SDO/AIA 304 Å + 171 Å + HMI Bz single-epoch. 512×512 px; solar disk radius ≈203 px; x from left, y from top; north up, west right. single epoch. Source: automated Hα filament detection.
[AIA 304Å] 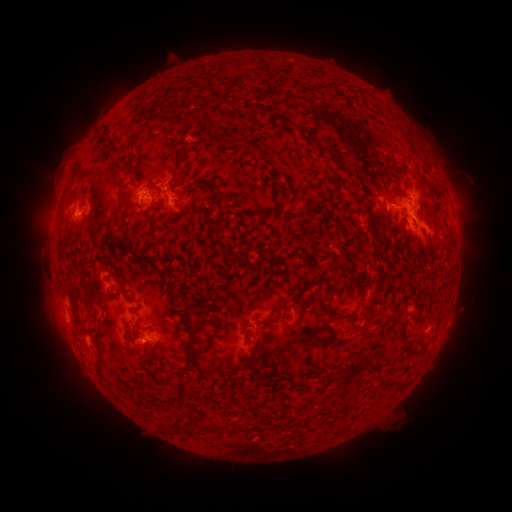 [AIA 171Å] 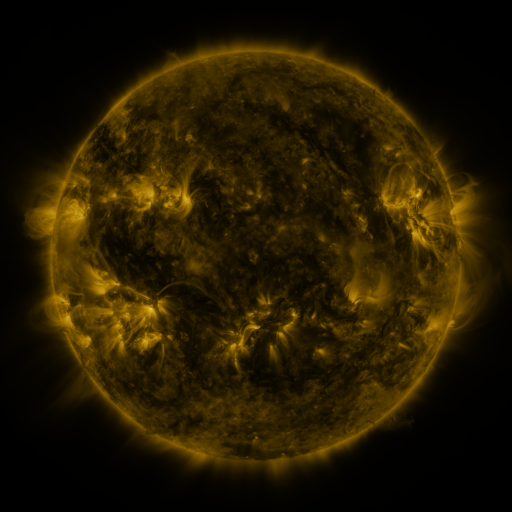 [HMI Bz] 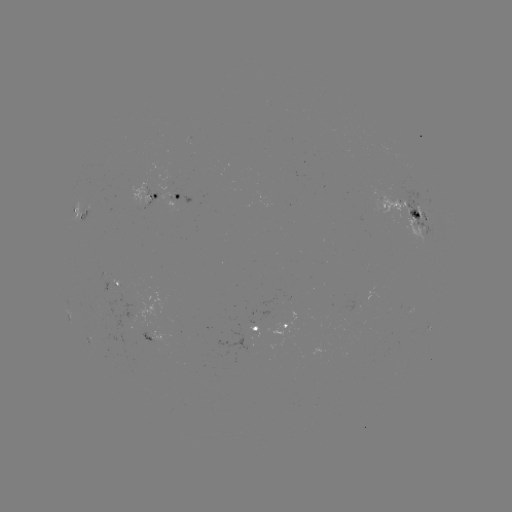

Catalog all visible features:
filament: (254, 144, 266, 154)
filament: (176, 156, 186, 171)
filament: (118, 188, 133, 207)
filament: (370, 237, 380, 246)
filament: (280, 283, 312, 305)
filament: (357, 291, 365, 309)
filament: (336, 312, 348, 321)
filament: (370, 339, 385, 361)
filament: (335, 358, 365, 380)
filament: (178, 365, 190, 376)
filament: (338, 423, 345, 435)
